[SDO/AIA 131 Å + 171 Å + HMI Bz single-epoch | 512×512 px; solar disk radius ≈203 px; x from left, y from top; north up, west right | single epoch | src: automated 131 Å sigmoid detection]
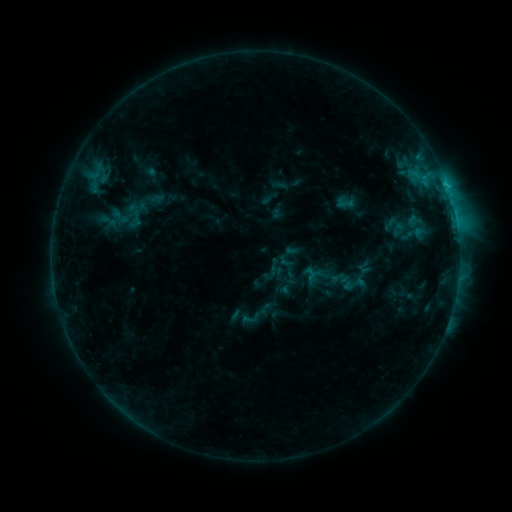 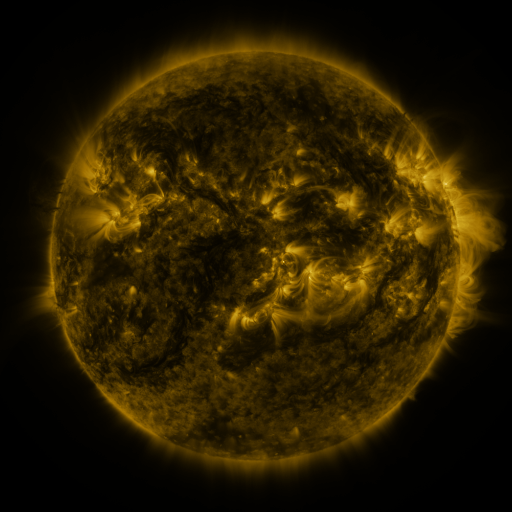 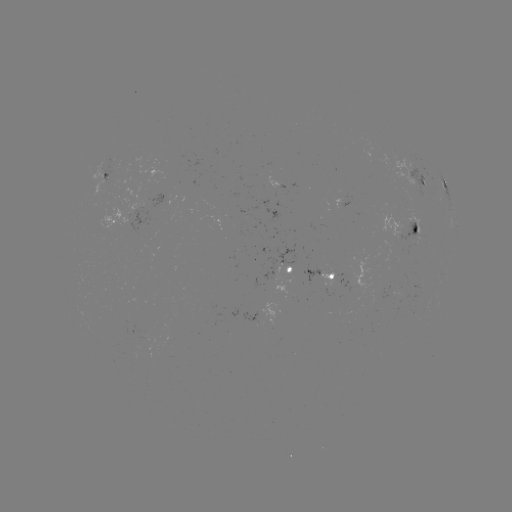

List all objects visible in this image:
sigmoid: (342, 270, 366, 297)
